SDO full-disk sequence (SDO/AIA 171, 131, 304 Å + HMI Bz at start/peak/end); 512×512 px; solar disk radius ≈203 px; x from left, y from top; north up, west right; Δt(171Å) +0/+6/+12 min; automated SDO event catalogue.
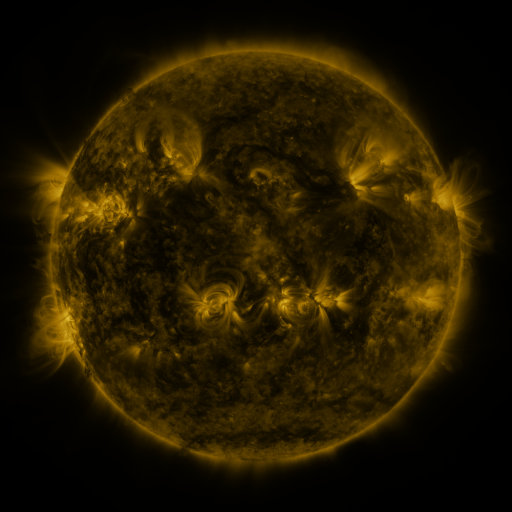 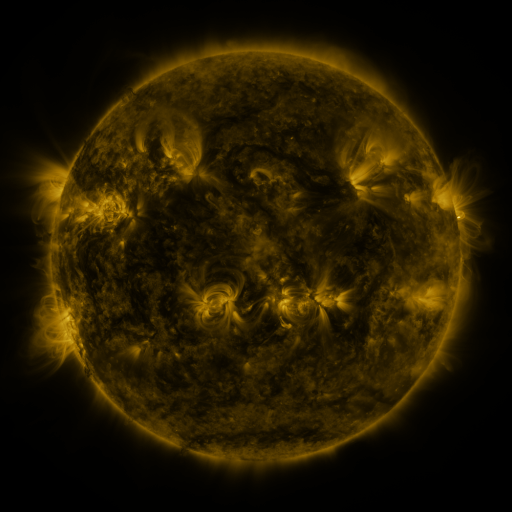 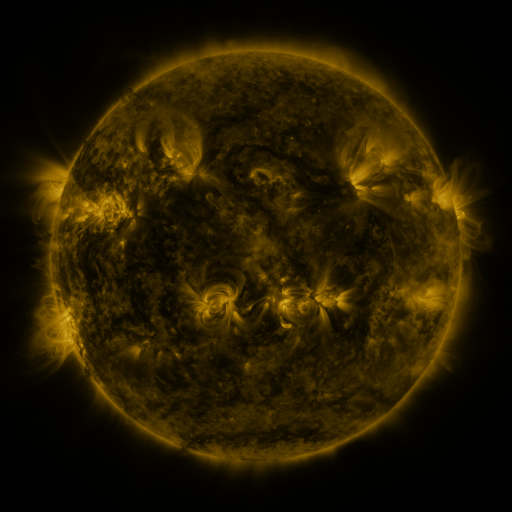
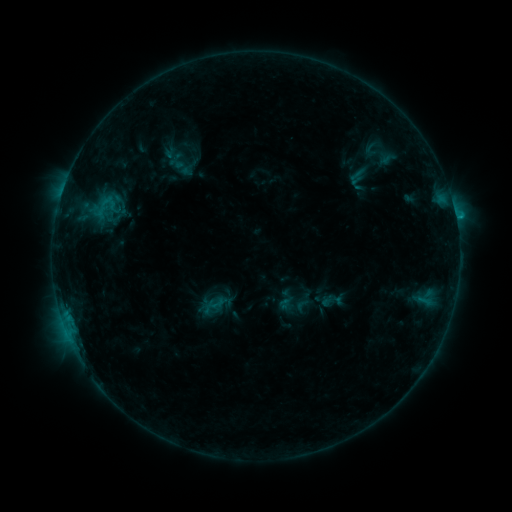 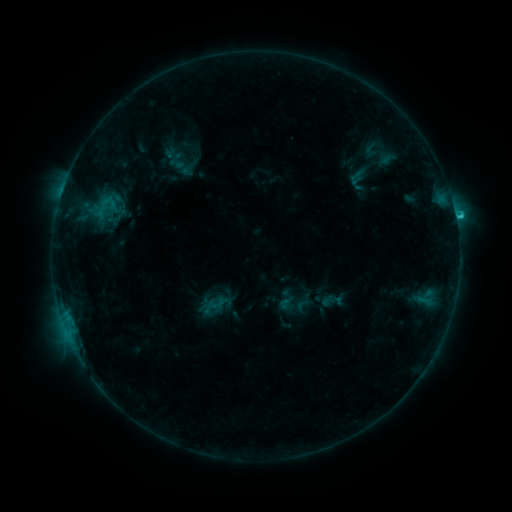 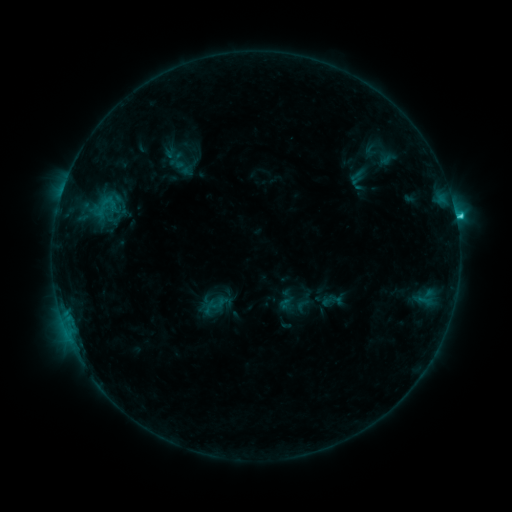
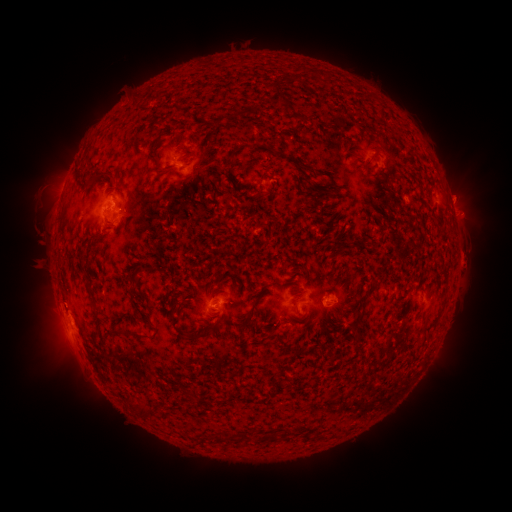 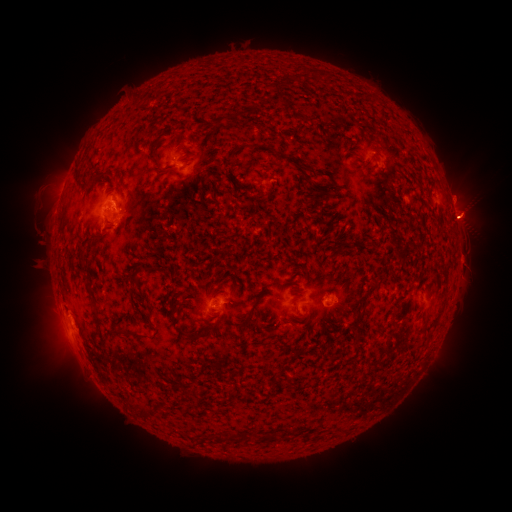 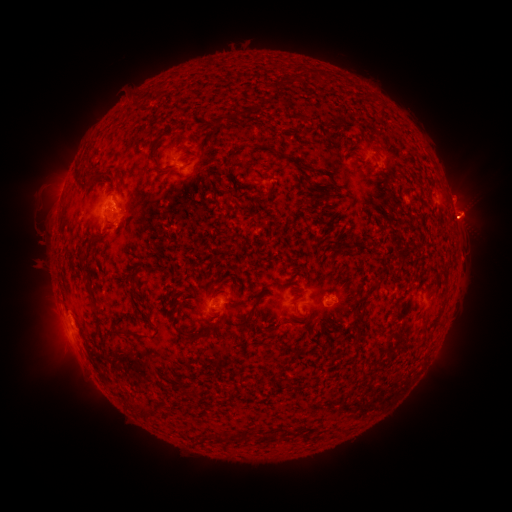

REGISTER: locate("C1.9 flare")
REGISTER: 455,216